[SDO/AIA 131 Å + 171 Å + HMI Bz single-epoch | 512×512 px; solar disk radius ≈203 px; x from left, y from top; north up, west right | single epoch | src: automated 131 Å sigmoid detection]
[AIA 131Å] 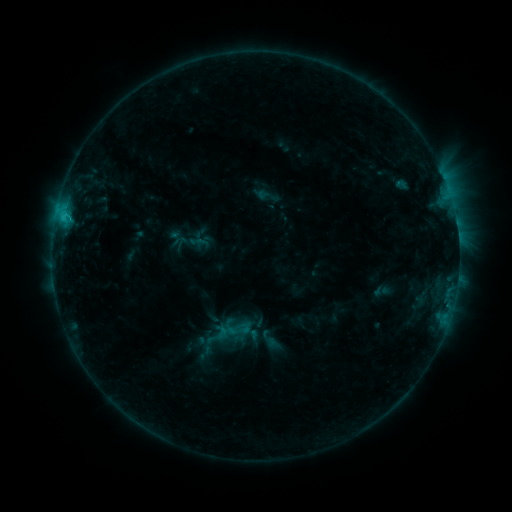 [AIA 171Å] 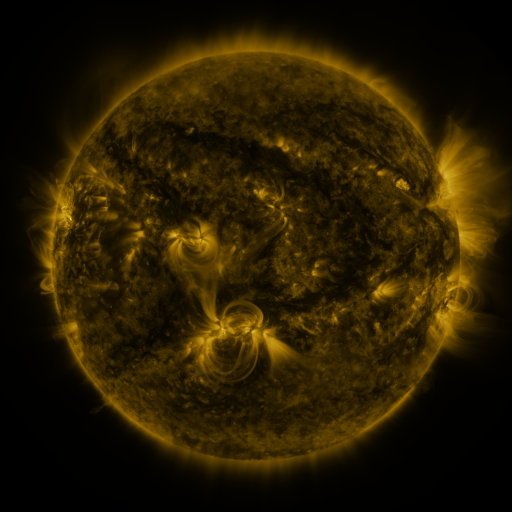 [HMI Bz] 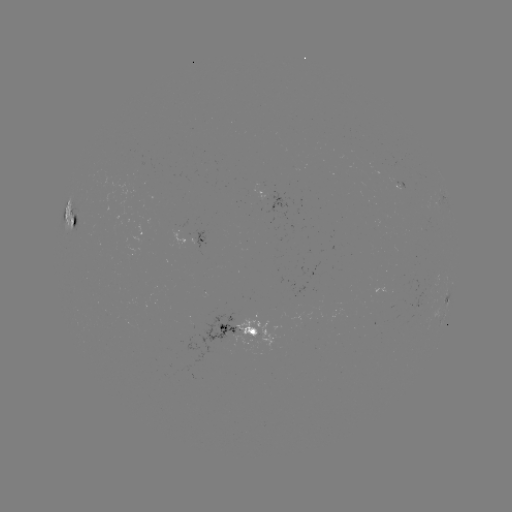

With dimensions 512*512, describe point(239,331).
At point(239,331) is sigmoid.